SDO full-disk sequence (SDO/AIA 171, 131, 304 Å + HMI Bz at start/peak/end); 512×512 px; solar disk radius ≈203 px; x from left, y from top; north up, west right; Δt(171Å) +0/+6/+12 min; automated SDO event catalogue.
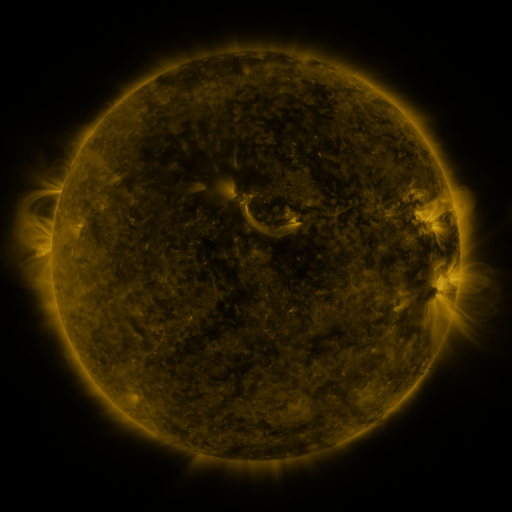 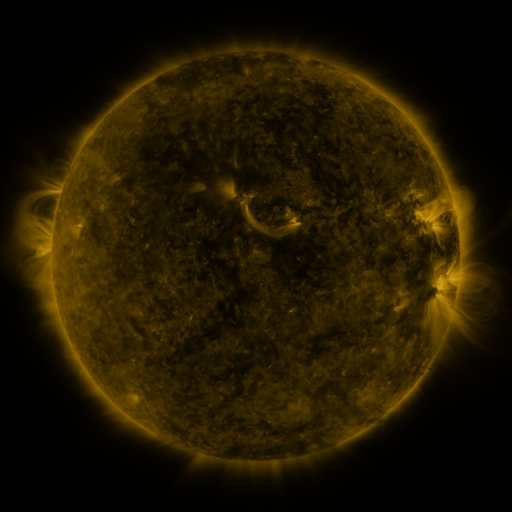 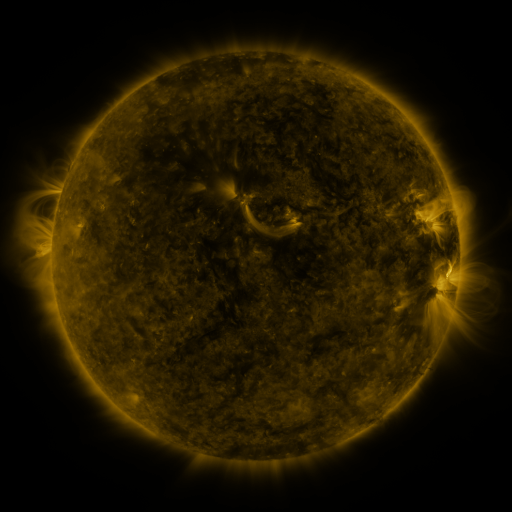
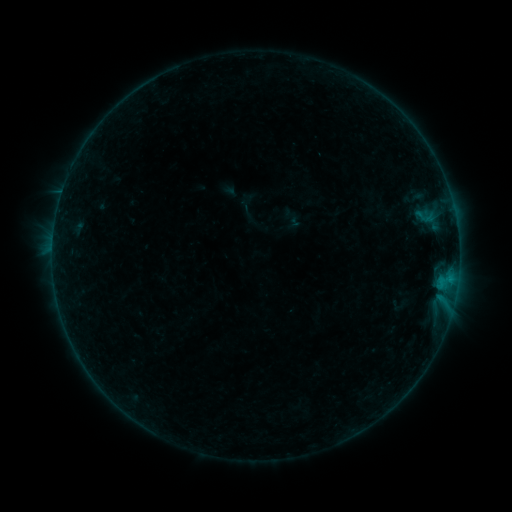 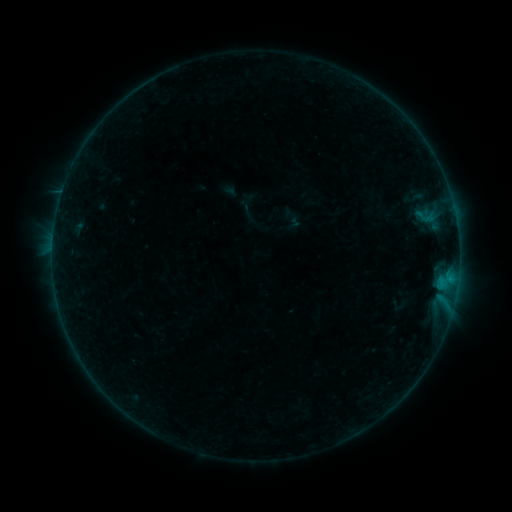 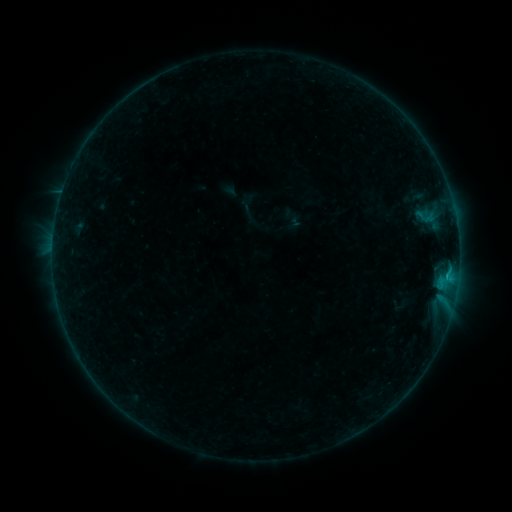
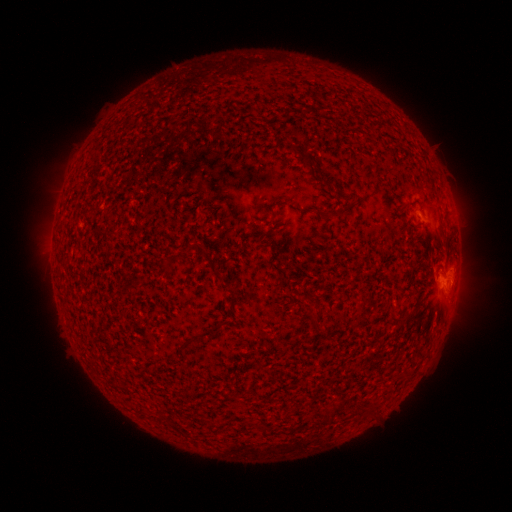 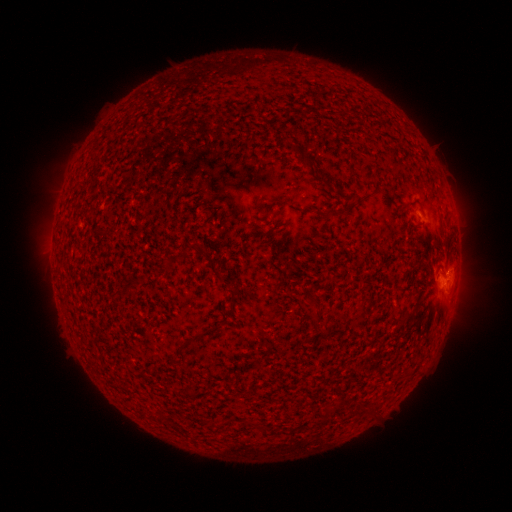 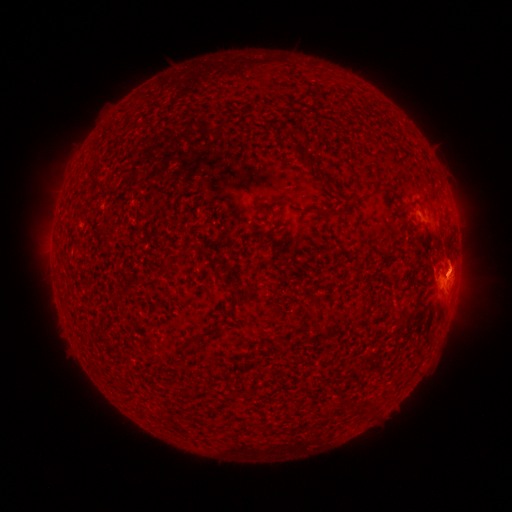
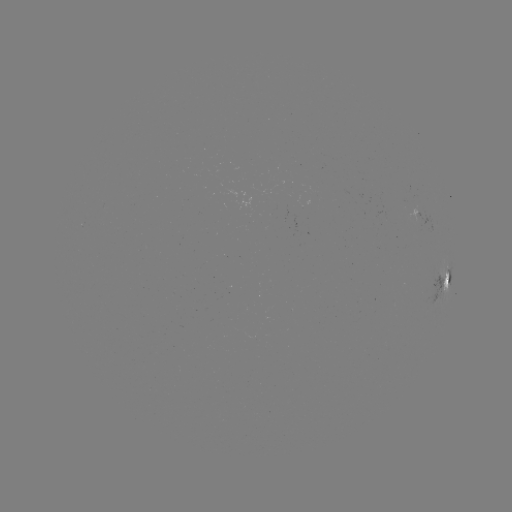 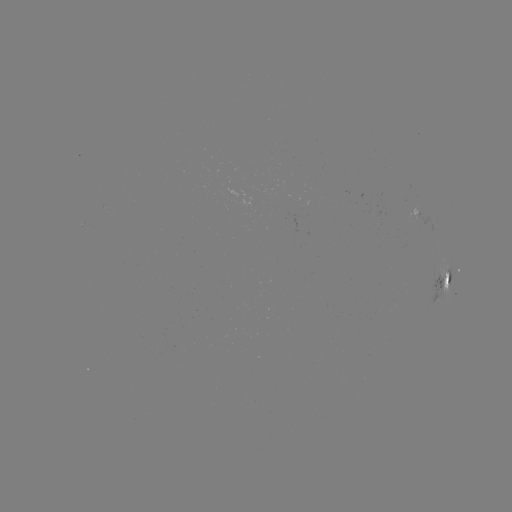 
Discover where B5.5 flare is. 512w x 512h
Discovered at (446, 275).